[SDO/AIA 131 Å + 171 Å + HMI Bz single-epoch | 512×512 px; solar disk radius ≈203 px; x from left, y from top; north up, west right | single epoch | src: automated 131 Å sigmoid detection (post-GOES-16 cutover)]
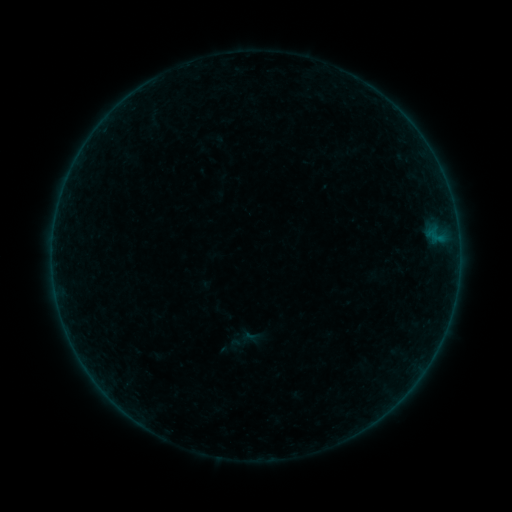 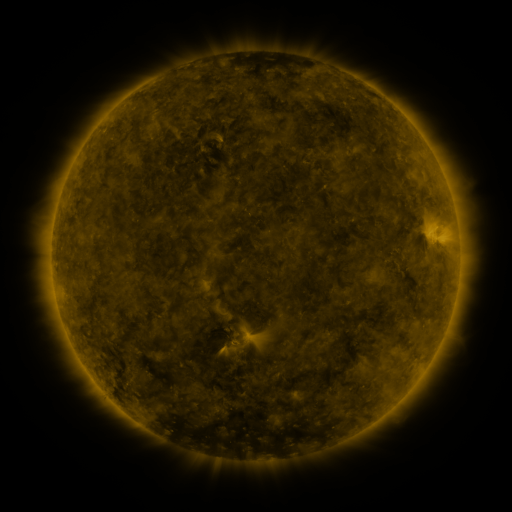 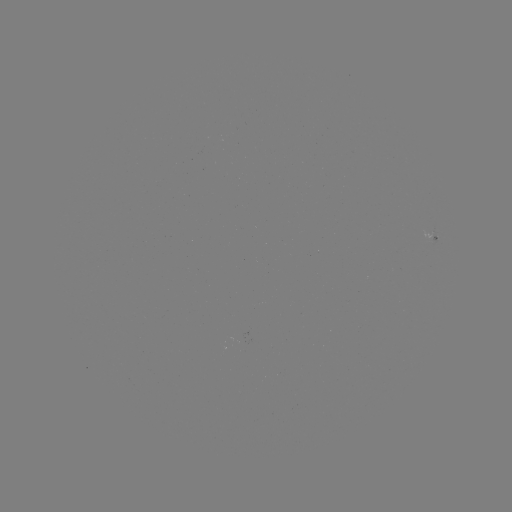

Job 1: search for sigmoid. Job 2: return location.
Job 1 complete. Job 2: (240, 340).